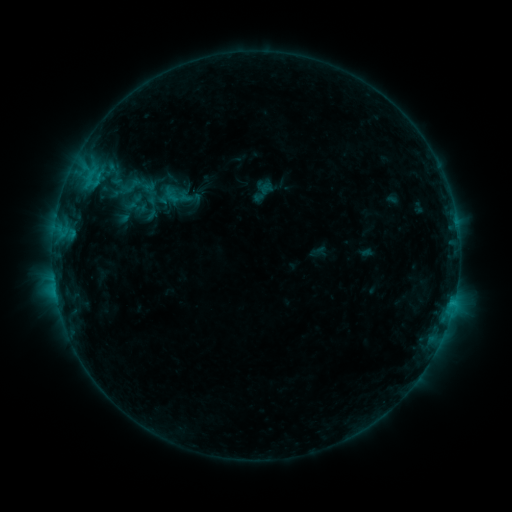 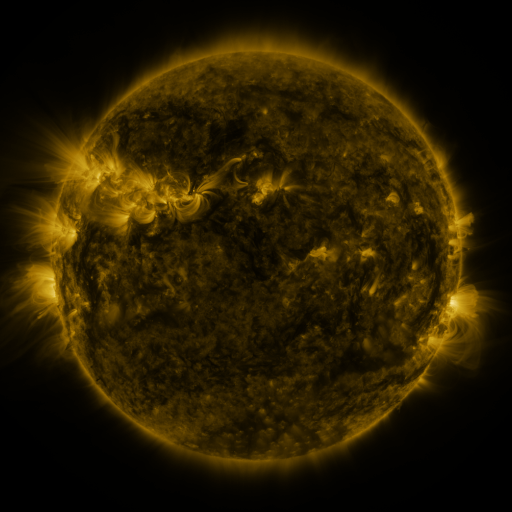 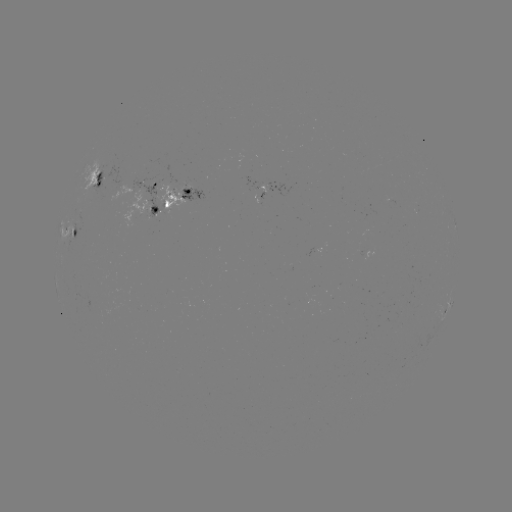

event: sigmoid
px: (176, 196)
